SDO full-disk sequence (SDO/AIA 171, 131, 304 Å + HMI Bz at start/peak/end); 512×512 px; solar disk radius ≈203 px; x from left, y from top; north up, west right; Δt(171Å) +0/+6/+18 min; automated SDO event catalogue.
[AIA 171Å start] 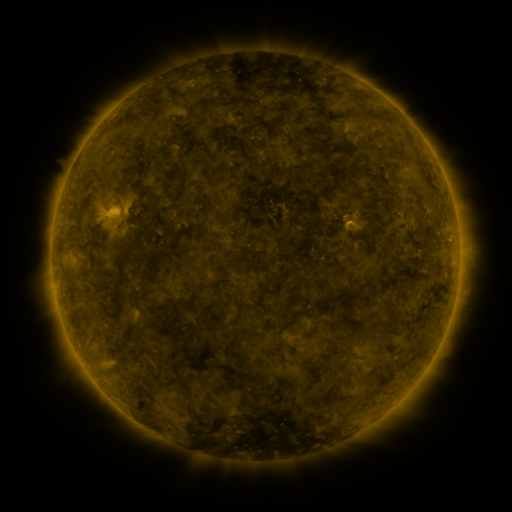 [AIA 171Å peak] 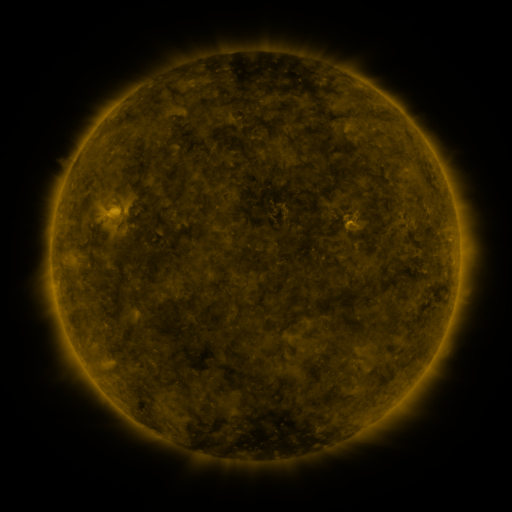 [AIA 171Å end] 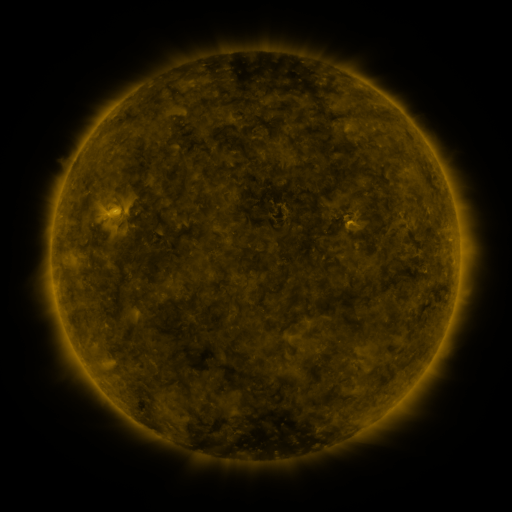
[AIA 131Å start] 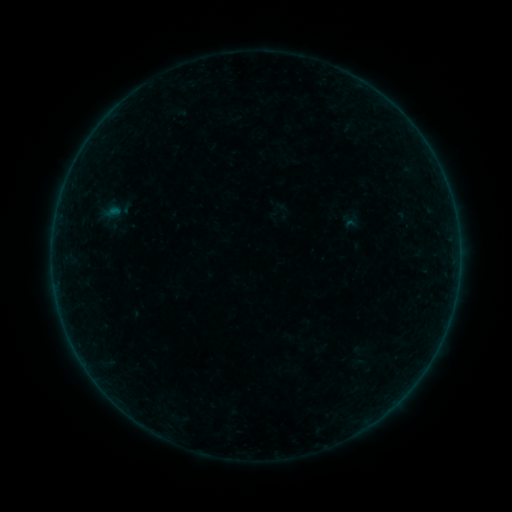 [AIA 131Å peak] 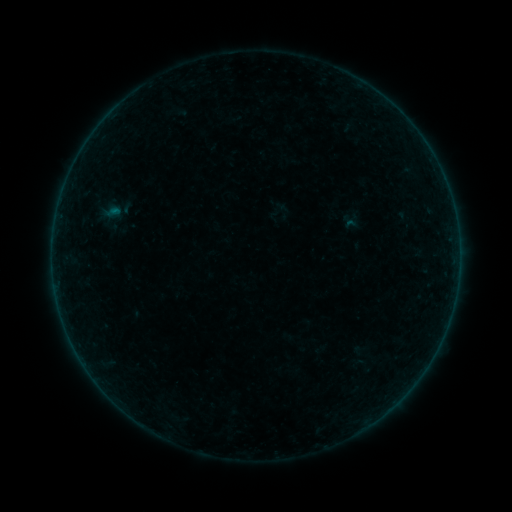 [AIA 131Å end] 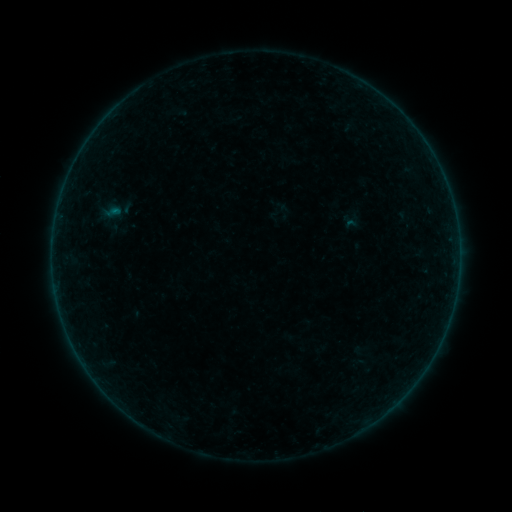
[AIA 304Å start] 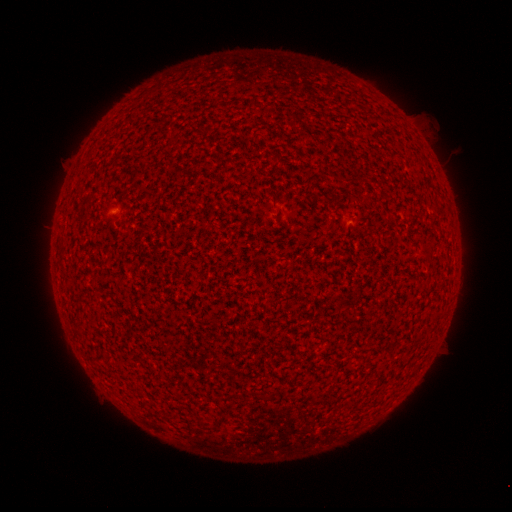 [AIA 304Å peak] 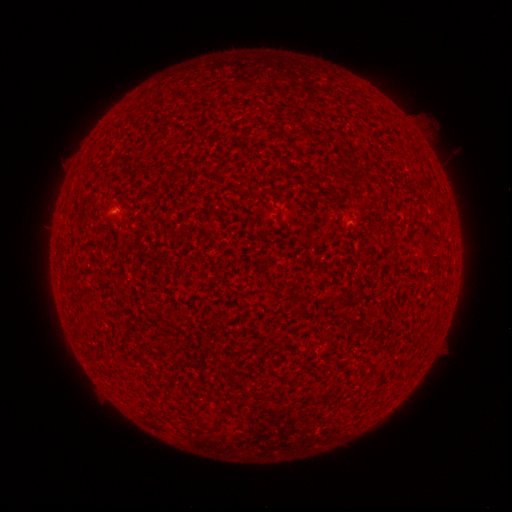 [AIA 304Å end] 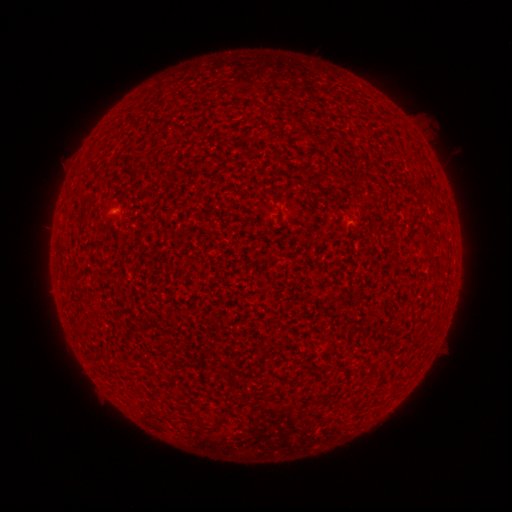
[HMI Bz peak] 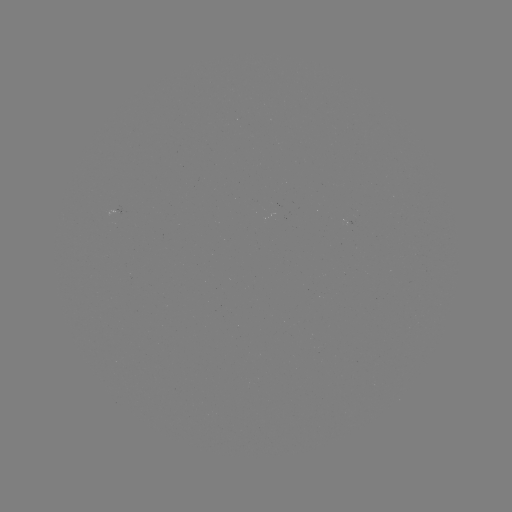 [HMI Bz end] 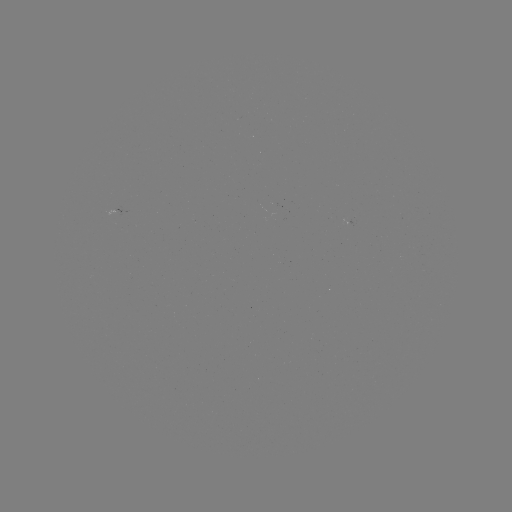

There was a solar flare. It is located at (115, 211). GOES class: A3.5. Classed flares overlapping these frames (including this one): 1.